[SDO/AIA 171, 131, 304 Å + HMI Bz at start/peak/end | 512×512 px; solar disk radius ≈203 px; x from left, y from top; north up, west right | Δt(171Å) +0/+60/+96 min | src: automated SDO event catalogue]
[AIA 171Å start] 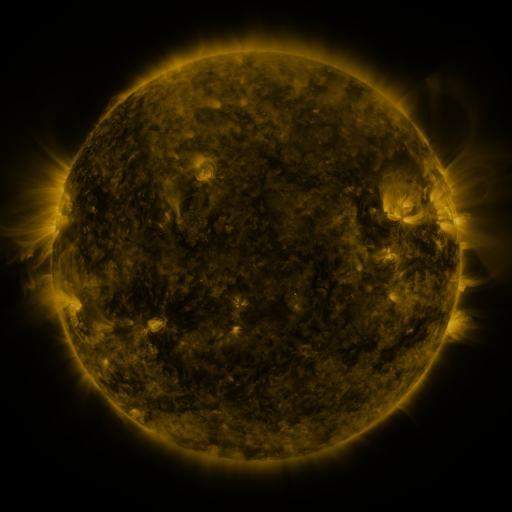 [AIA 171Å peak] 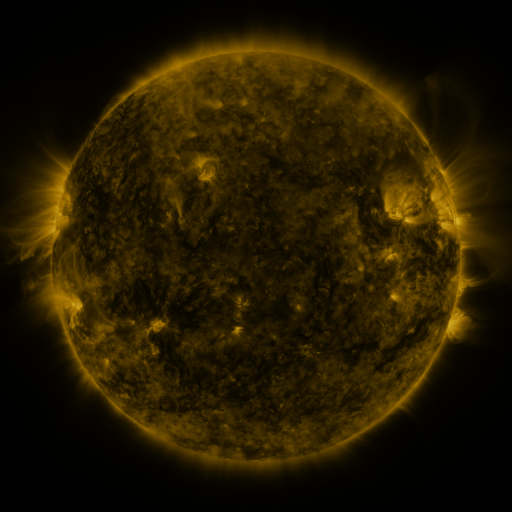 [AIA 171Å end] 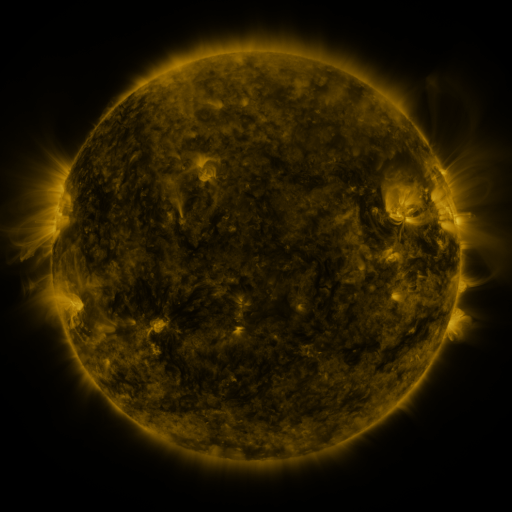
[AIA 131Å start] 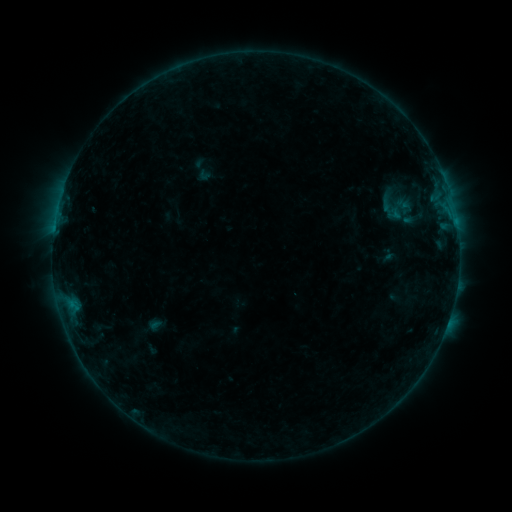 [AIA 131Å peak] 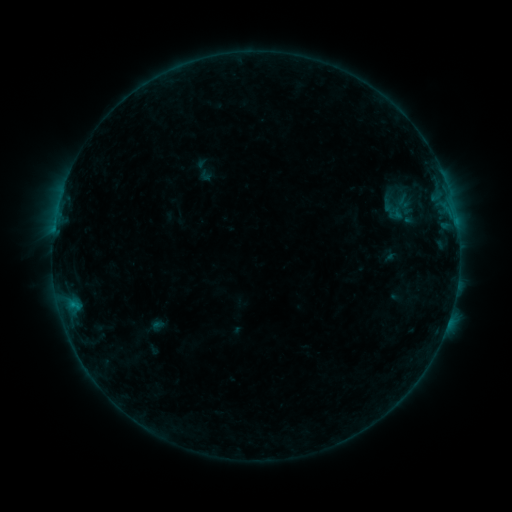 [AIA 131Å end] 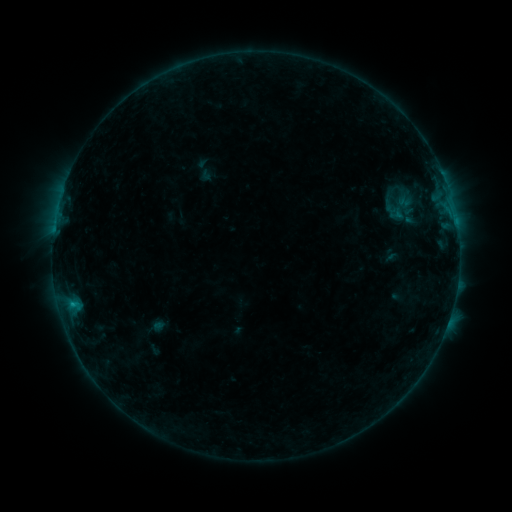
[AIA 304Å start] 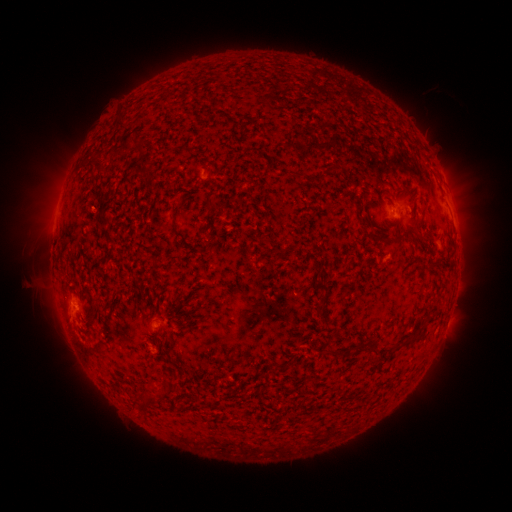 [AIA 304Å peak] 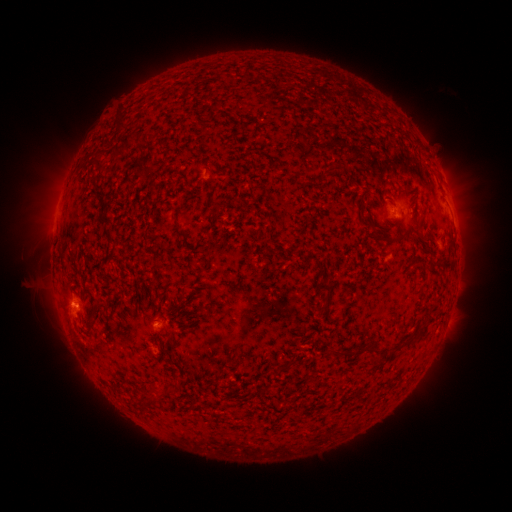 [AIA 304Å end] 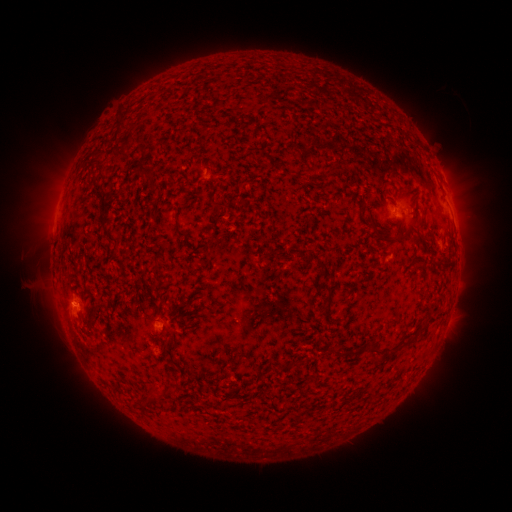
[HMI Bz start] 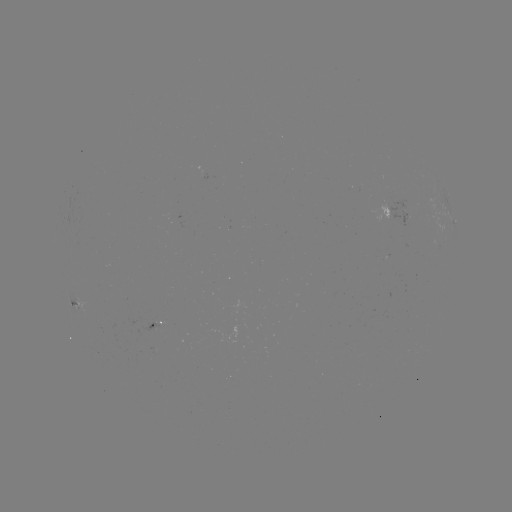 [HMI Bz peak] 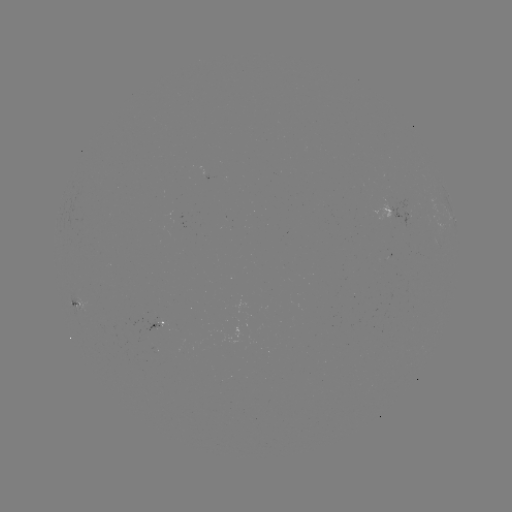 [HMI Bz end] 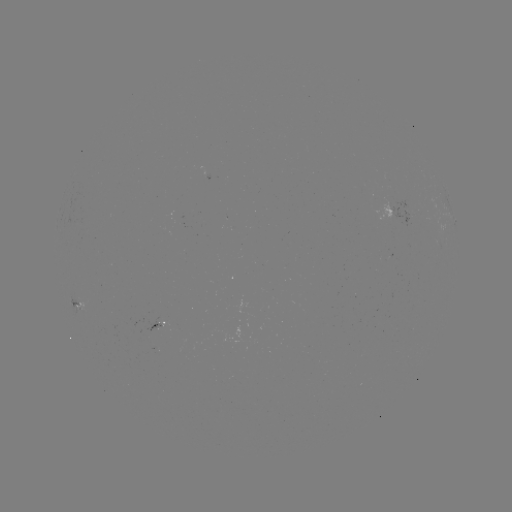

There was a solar emerging-flux region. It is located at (159, 319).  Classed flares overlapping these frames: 1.